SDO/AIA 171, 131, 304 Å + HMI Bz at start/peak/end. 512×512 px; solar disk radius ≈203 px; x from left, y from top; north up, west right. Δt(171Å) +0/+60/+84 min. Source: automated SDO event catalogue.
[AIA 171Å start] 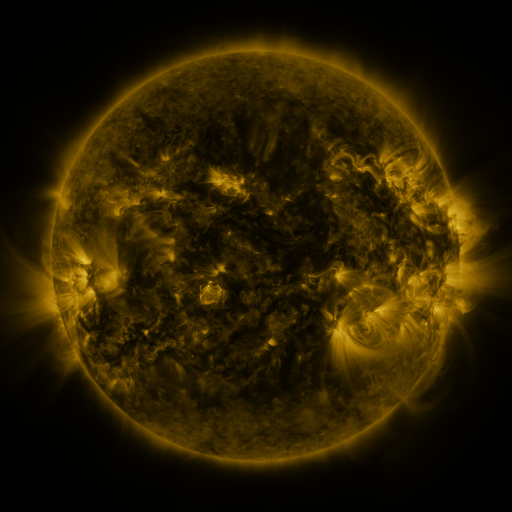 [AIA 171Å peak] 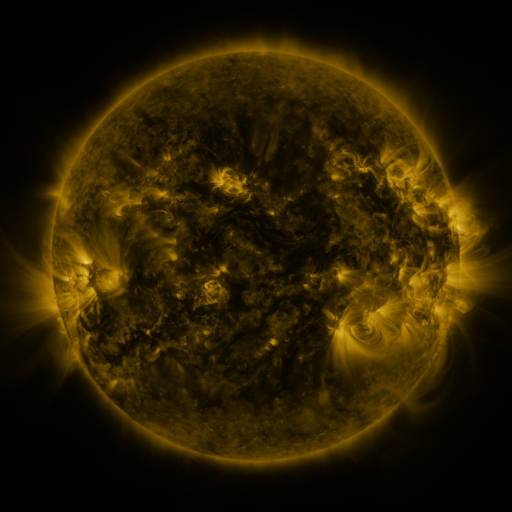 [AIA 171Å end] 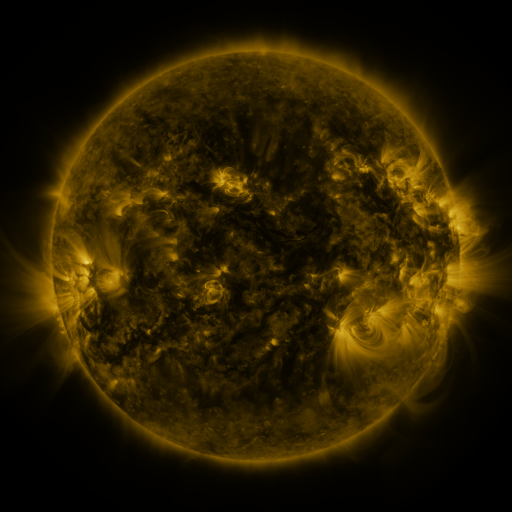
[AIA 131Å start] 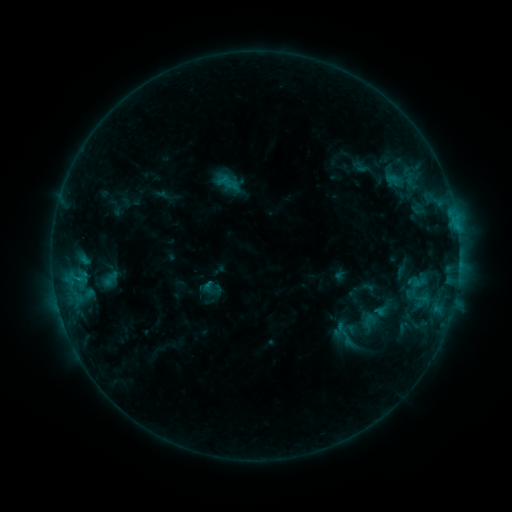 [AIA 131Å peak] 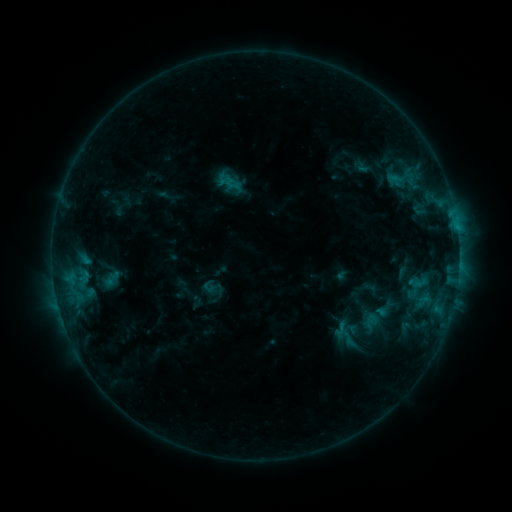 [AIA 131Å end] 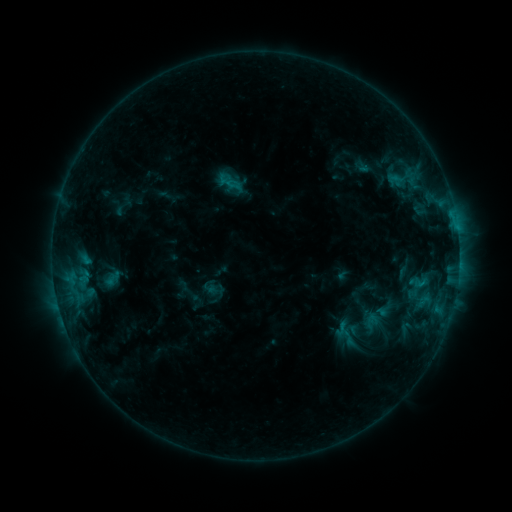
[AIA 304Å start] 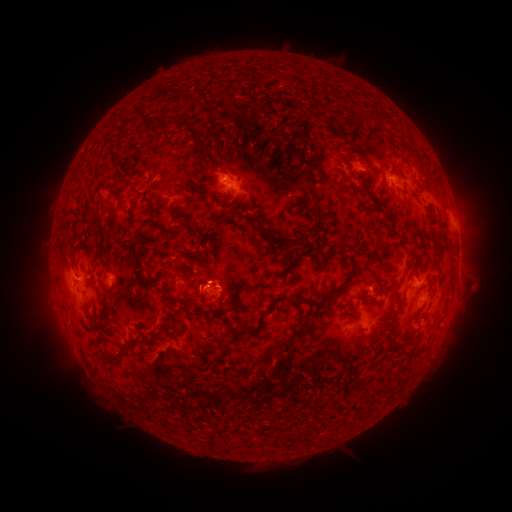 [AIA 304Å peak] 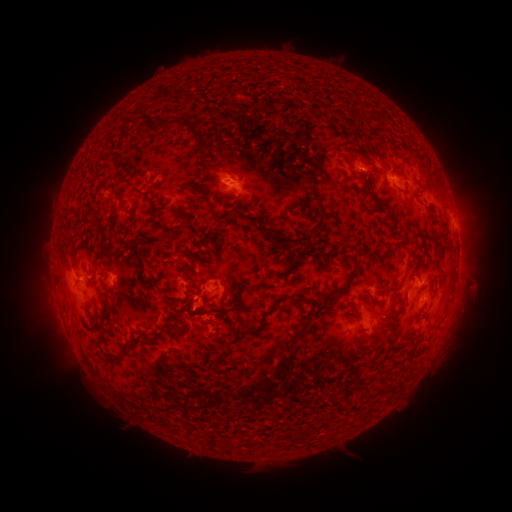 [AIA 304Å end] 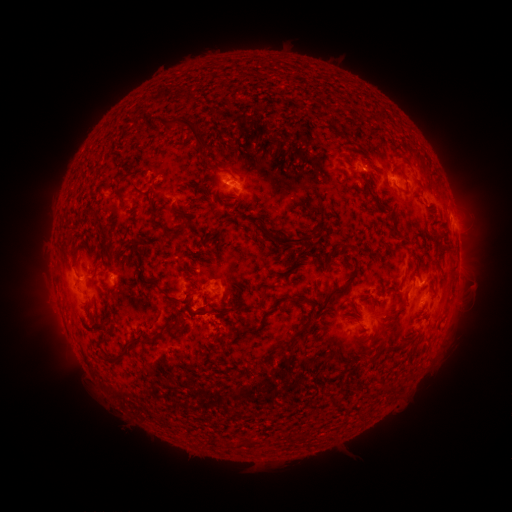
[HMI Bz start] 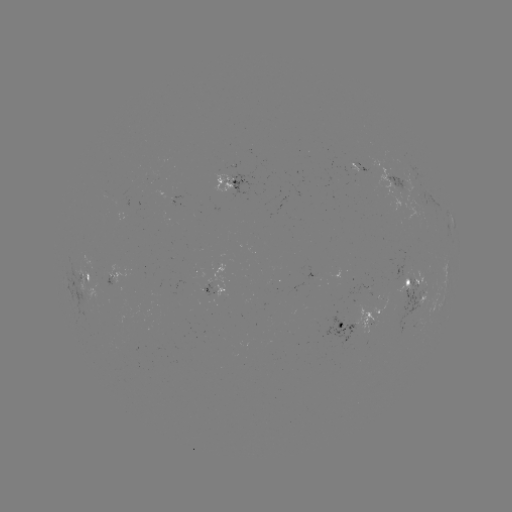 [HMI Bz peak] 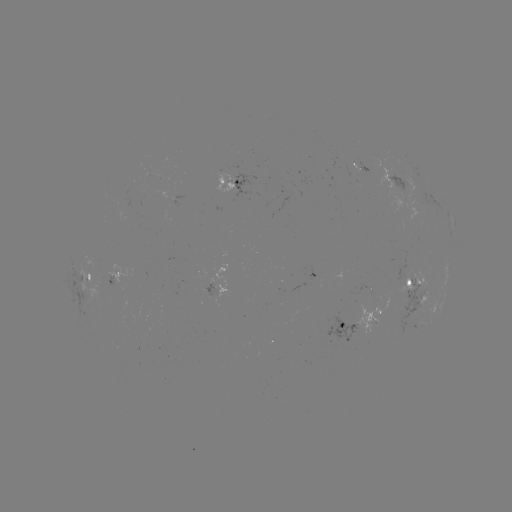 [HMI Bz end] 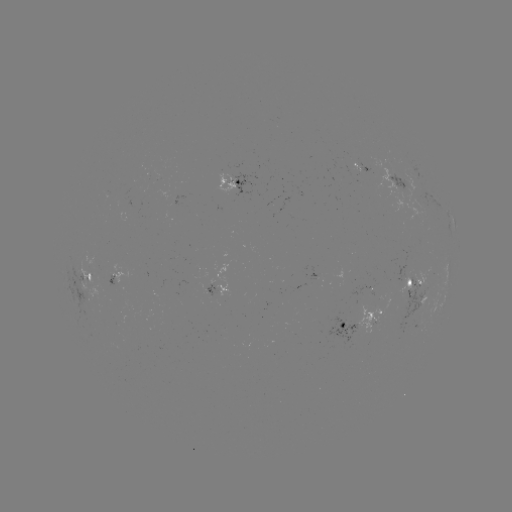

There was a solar emerging-flux region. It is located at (372, 319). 